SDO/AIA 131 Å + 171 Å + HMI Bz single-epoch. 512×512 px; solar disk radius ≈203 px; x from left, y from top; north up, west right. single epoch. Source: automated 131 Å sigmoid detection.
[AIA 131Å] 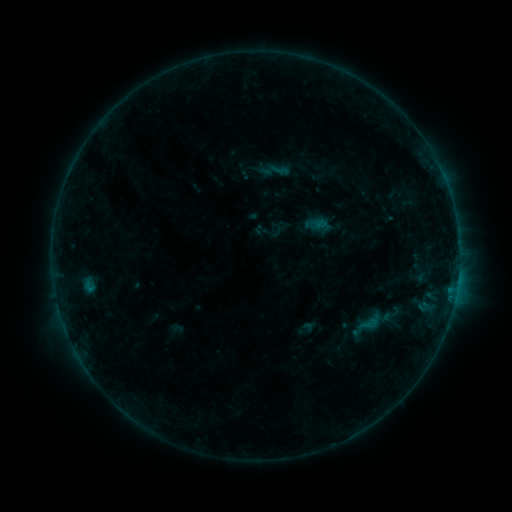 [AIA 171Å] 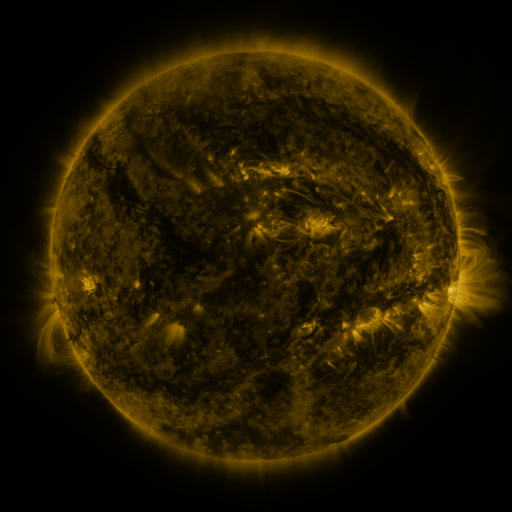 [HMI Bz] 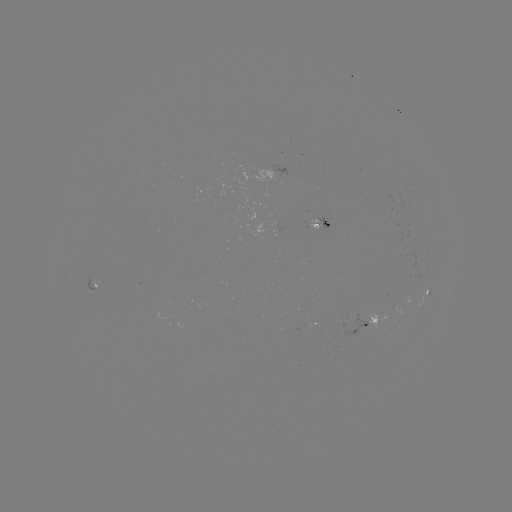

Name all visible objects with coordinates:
sigmoid: (359, 314, 378, 334)
